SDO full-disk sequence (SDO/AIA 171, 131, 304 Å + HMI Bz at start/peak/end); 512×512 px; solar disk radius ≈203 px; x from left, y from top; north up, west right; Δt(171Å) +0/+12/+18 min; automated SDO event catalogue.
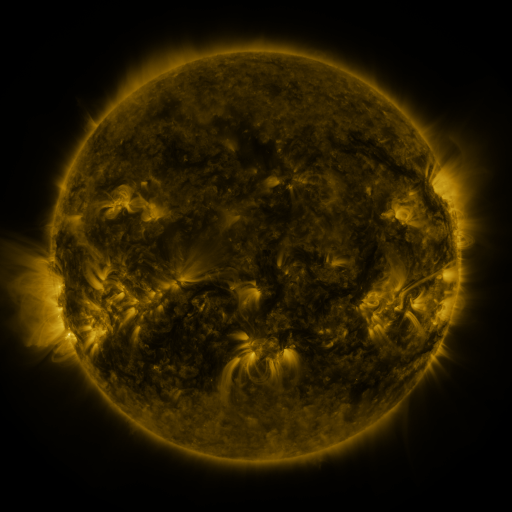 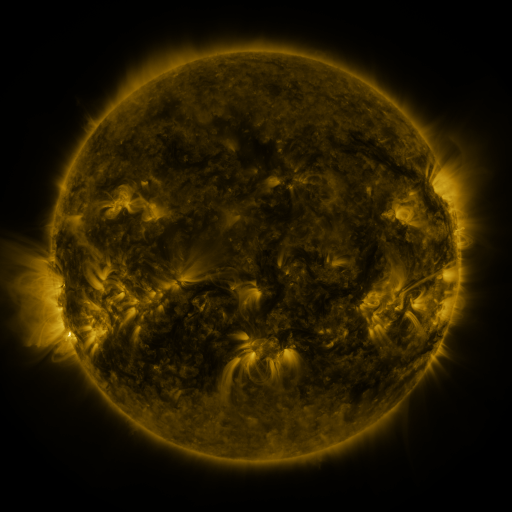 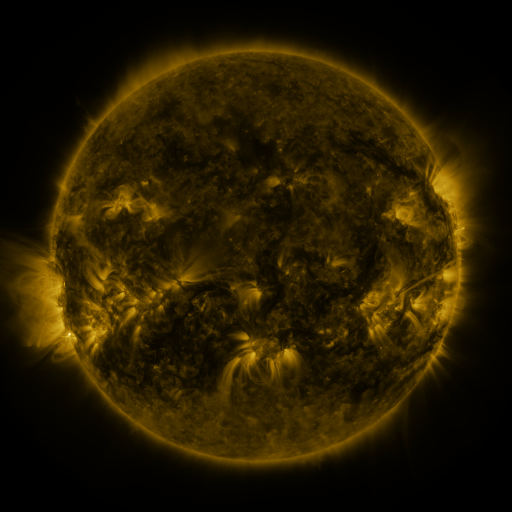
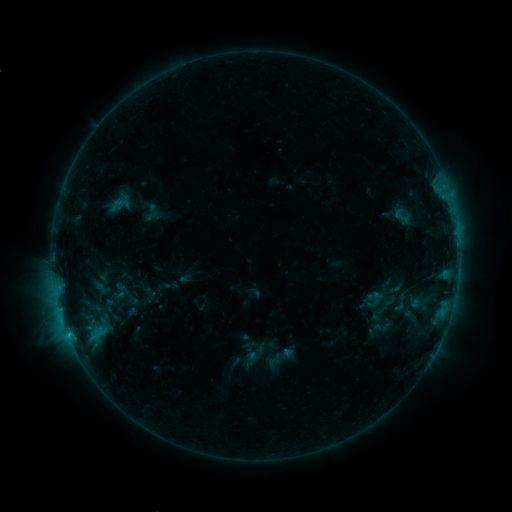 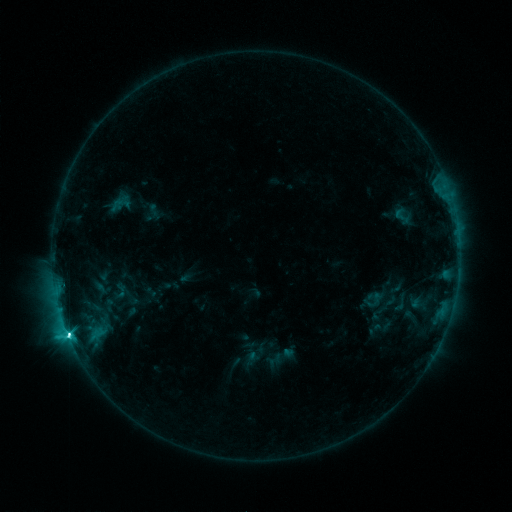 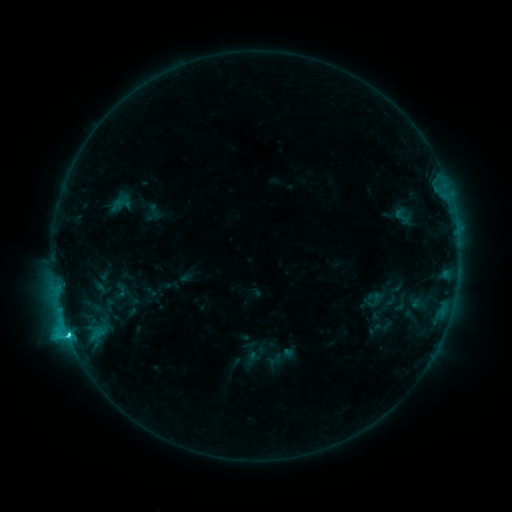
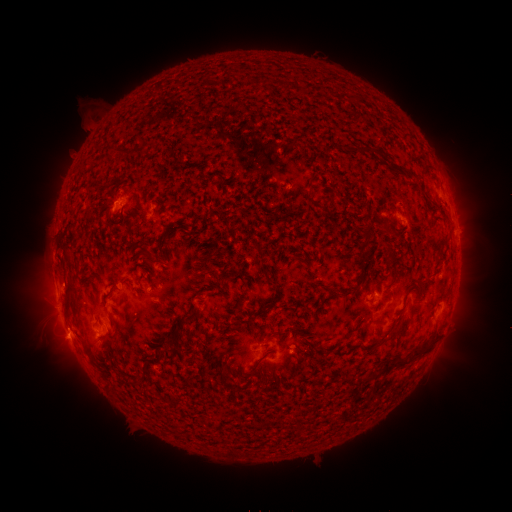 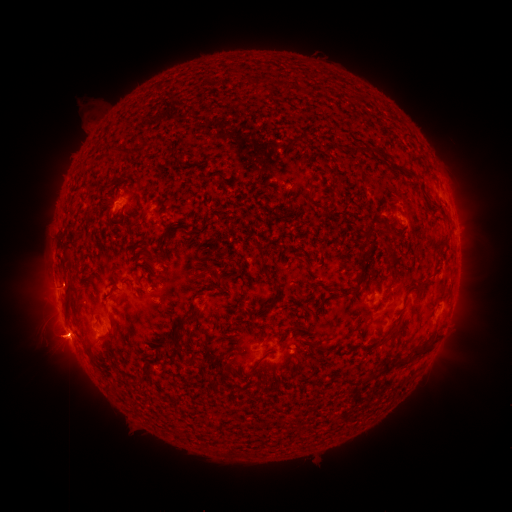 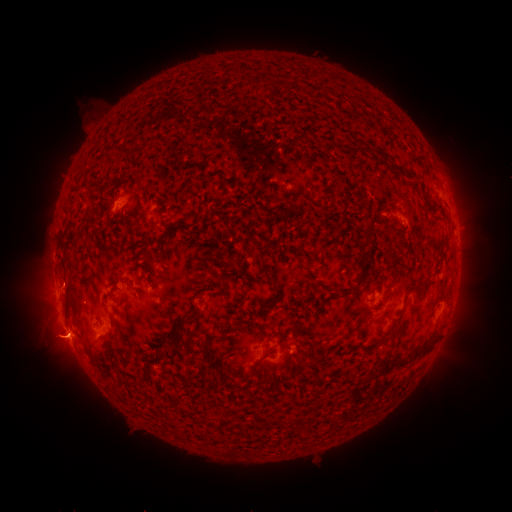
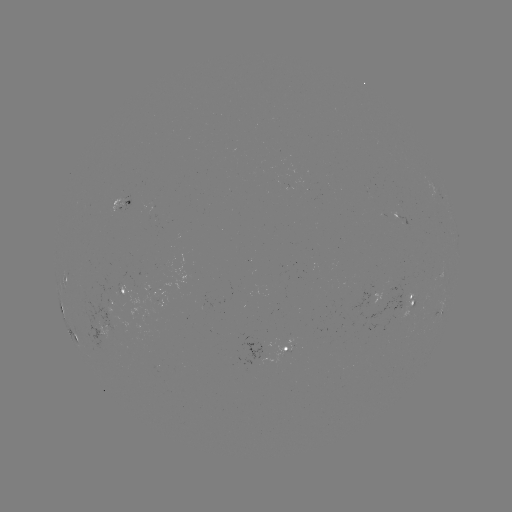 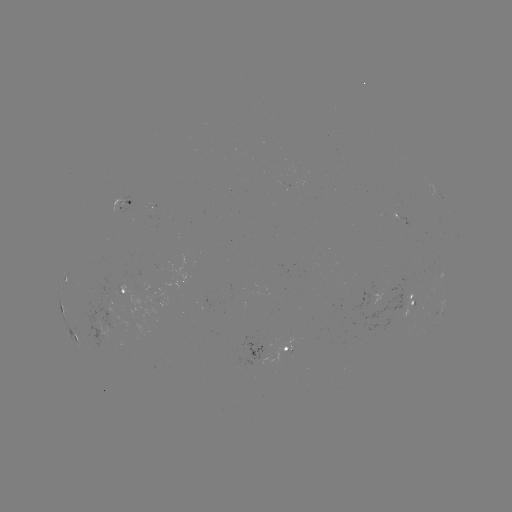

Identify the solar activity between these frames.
C6.0 flare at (67, 331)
